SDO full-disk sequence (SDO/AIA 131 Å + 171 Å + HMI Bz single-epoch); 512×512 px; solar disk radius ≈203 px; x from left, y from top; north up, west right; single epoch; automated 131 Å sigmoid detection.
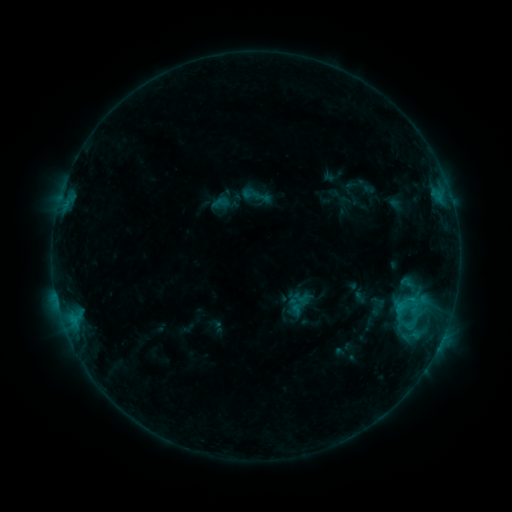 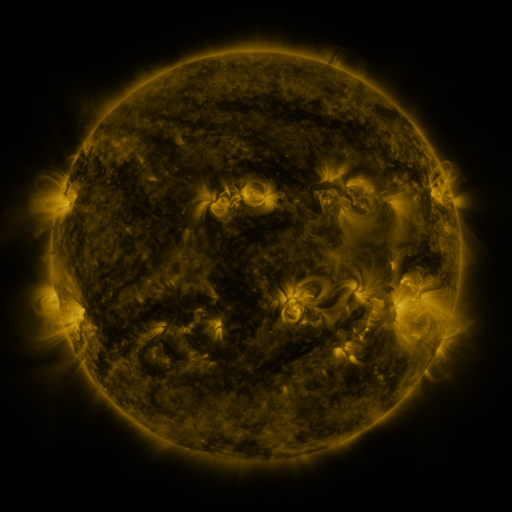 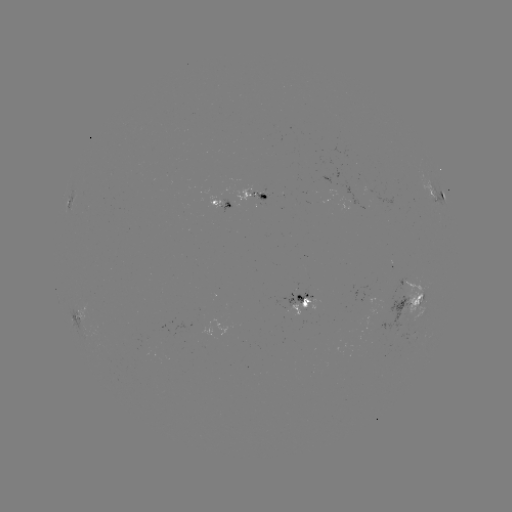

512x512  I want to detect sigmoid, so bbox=[211, 193, 229, 211].